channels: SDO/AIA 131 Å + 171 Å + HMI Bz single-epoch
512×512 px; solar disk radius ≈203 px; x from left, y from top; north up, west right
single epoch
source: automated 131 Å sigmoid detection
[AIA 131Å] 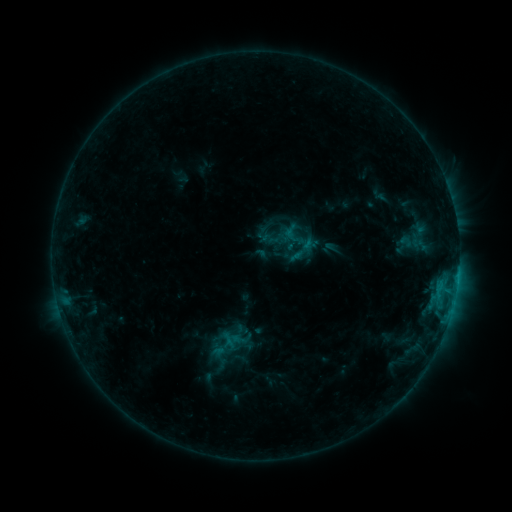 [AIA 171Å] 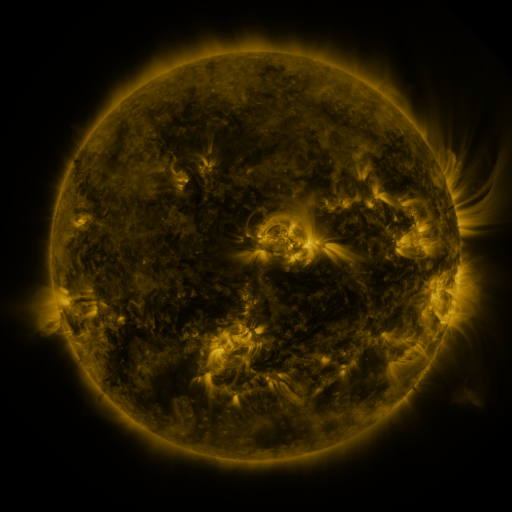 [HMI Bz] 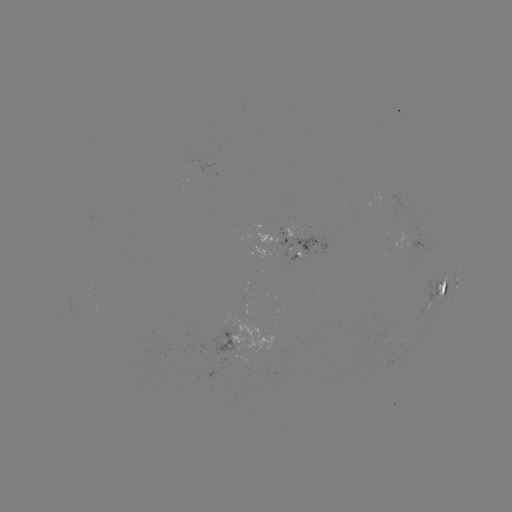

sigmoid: (292, 242, 312, 262)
